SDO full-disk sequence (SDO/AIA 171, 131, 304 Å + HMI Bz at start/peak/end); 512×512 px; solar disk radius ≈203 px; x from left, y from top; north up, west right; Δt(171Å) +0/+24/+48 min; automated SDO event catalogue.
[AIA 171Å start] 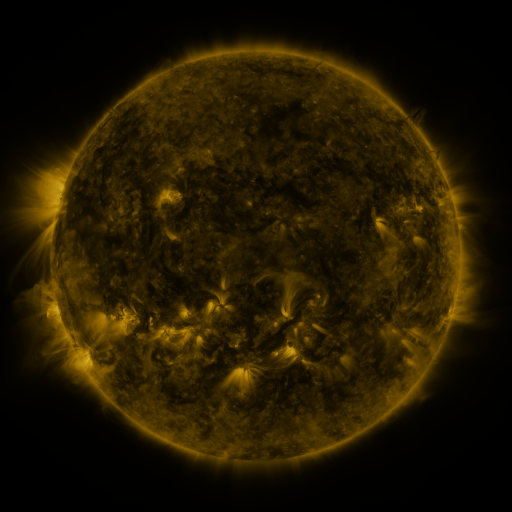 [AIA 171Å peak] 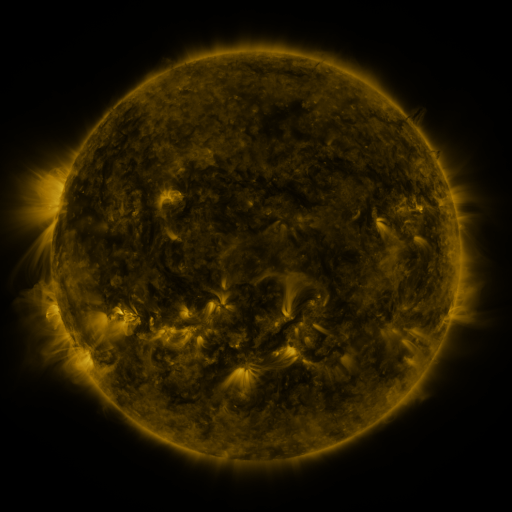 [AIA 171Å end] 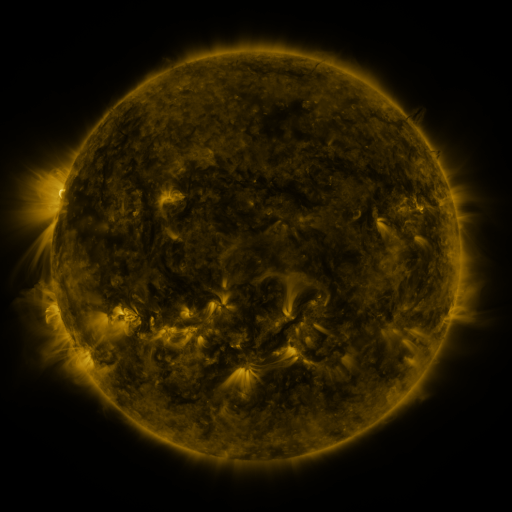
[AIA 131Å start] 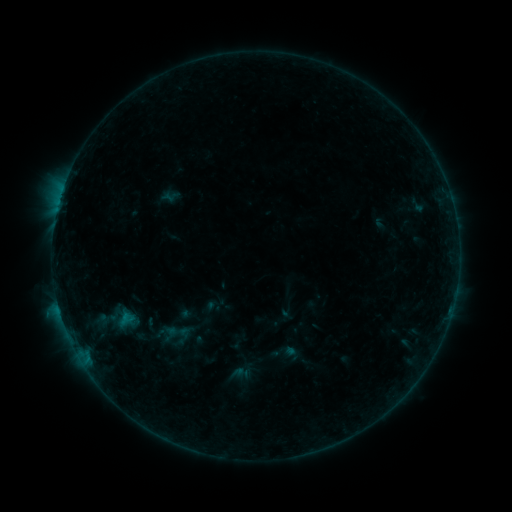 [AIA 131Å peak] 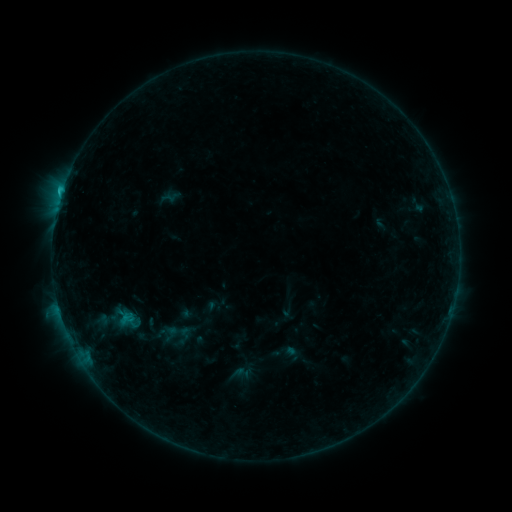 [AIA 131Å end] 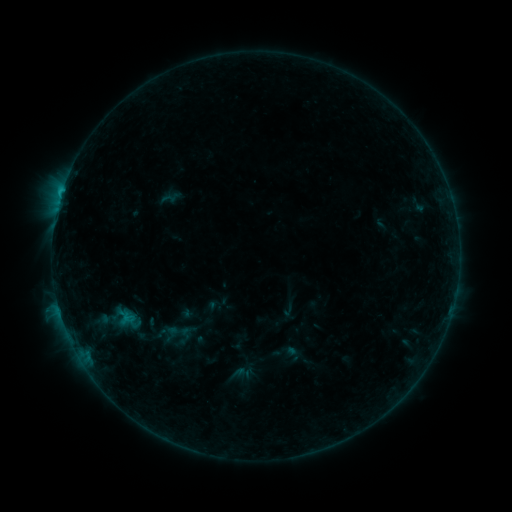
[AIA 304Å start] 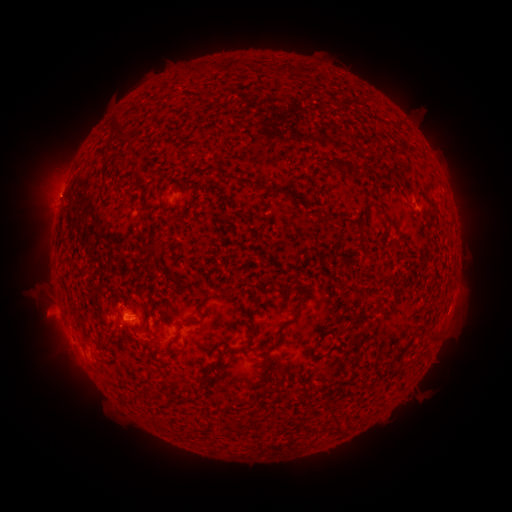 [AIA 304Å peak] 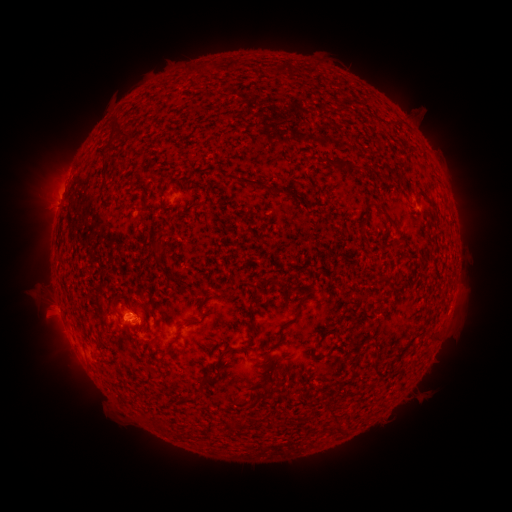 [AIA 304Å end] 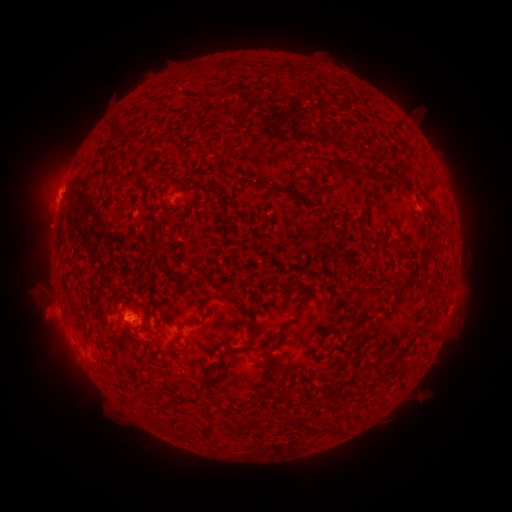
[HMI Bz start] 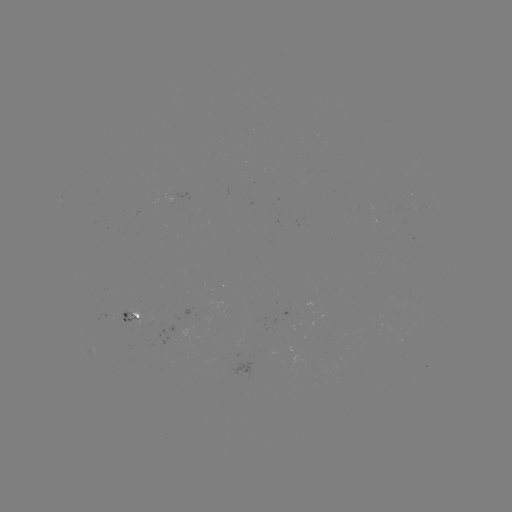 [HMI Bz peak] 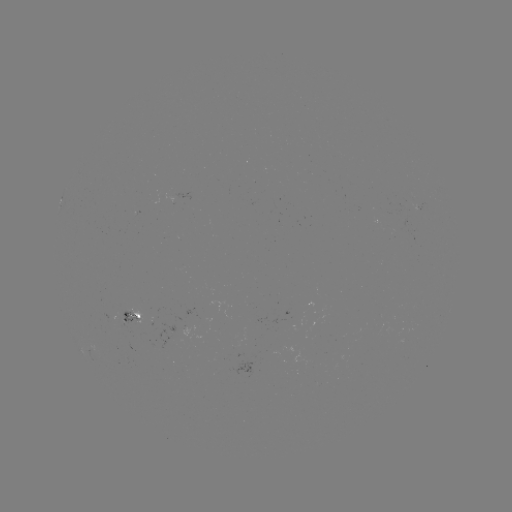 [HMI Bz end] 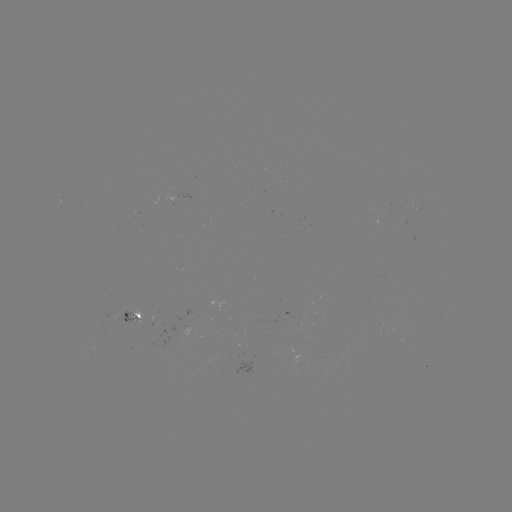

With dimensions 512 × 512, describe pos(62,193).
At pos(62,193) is C1.0 flare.